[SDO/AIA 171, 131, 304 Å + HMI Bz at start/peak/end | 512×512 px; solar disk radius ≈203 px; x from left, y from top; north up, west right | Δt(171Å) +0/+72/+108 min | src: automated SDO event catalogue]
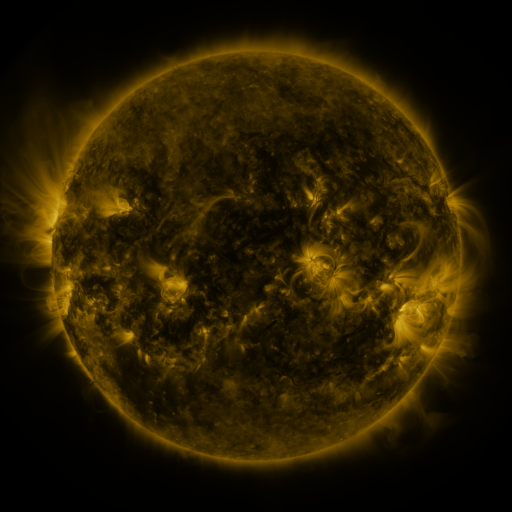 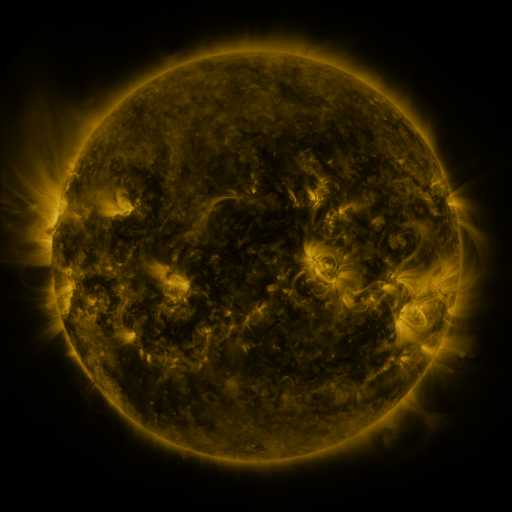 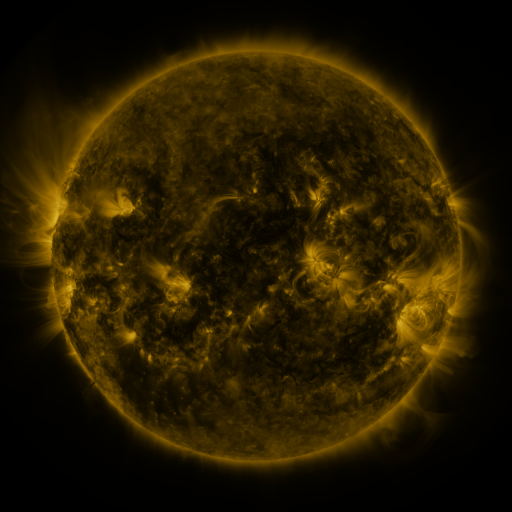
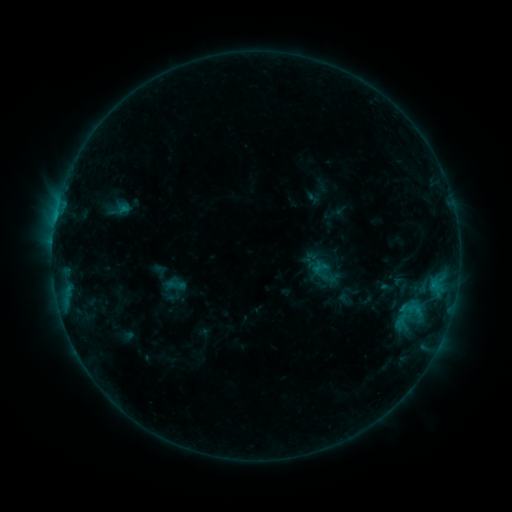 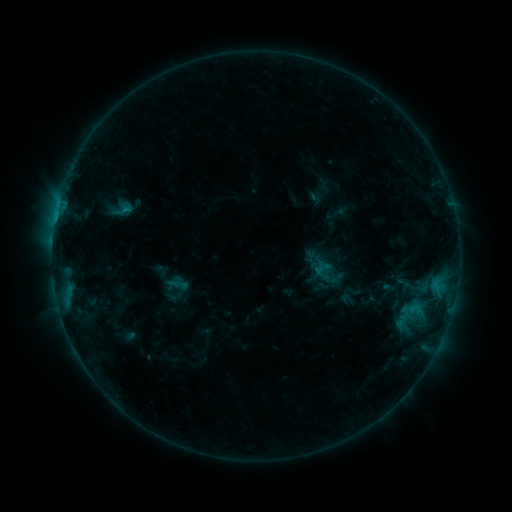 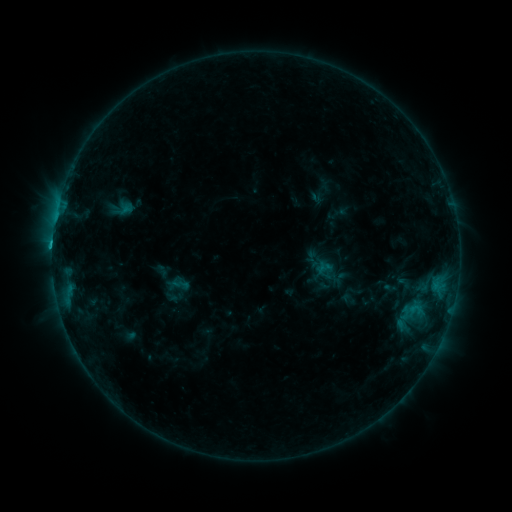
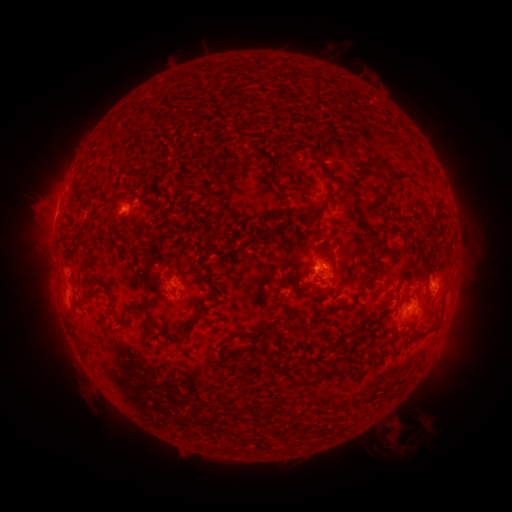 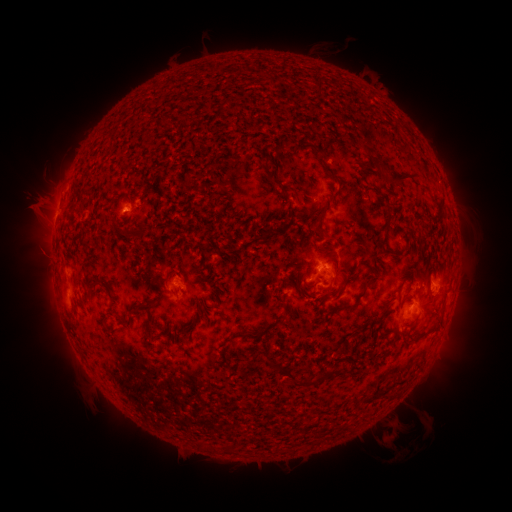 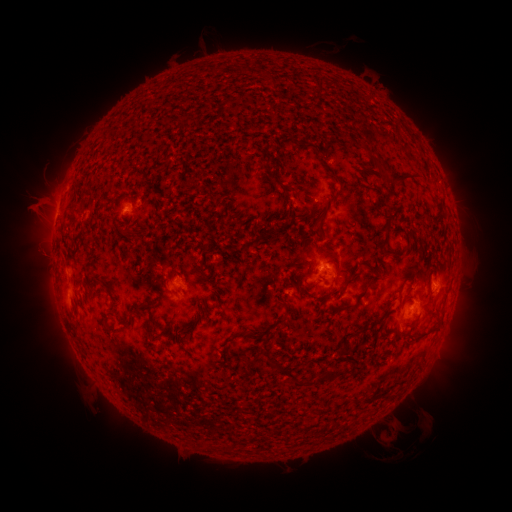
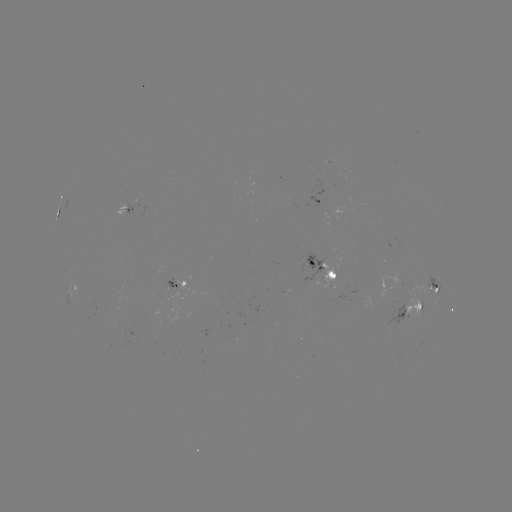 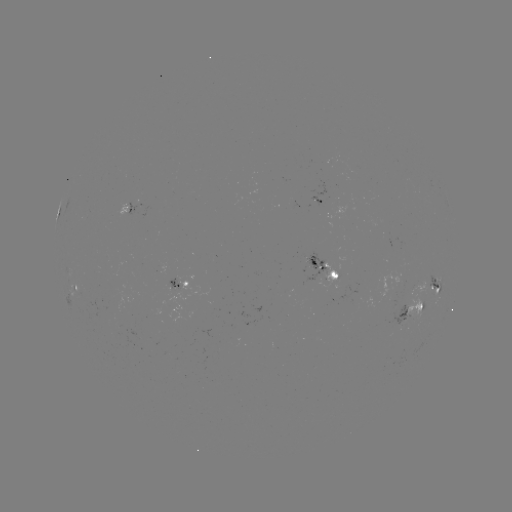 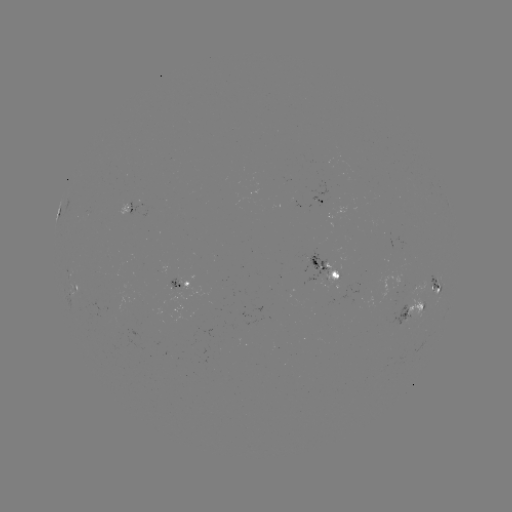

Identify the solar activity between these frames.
emerging-flux region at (134, 211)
